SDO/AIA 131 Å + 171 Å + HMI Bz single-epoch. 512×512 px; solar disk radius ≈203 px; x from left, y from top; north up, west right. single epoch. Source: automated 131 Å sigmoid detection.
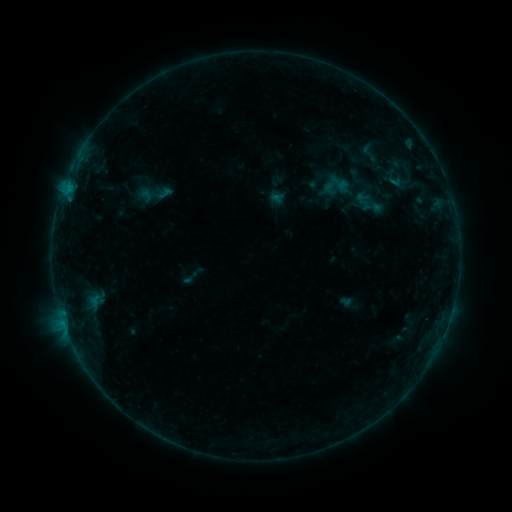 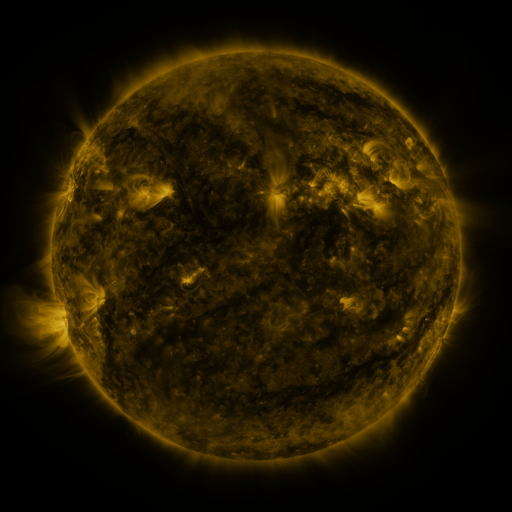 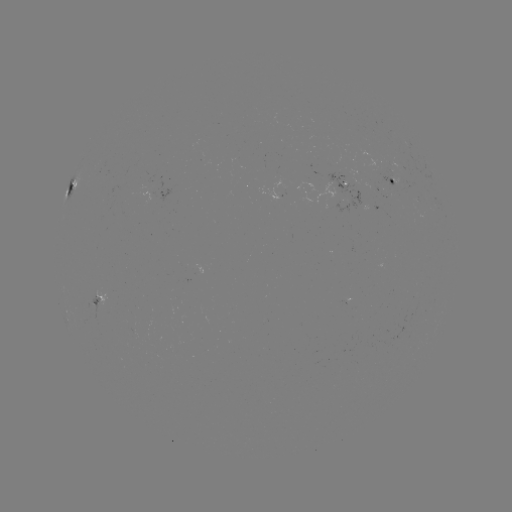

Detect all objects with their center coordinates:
sigmoid: (361, 196, 383, 218)
